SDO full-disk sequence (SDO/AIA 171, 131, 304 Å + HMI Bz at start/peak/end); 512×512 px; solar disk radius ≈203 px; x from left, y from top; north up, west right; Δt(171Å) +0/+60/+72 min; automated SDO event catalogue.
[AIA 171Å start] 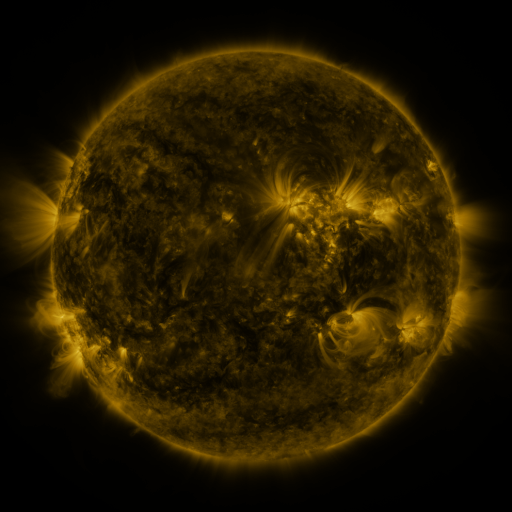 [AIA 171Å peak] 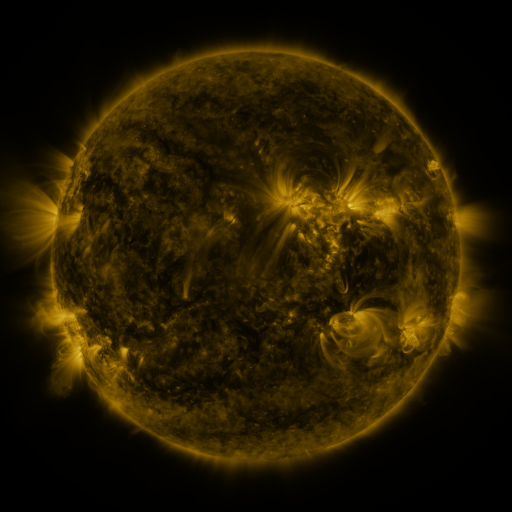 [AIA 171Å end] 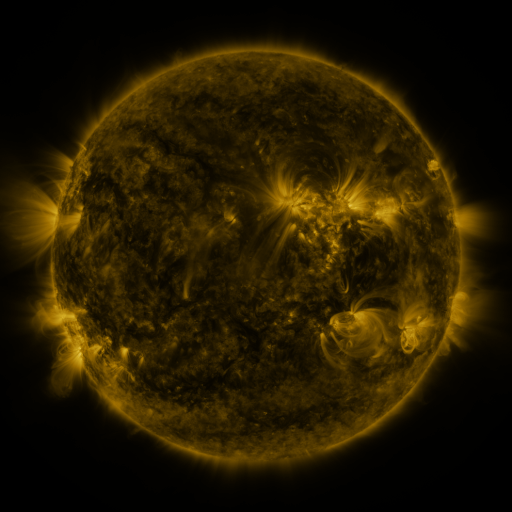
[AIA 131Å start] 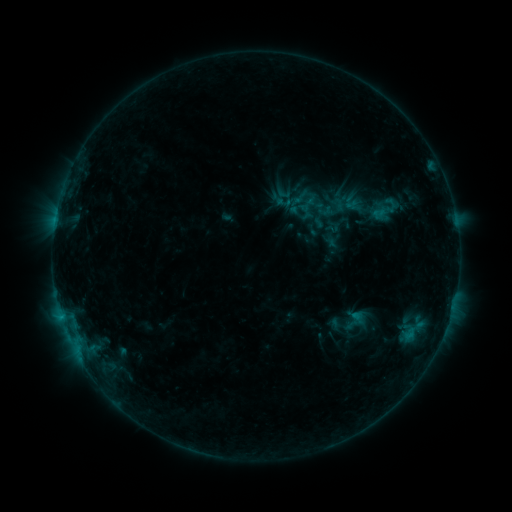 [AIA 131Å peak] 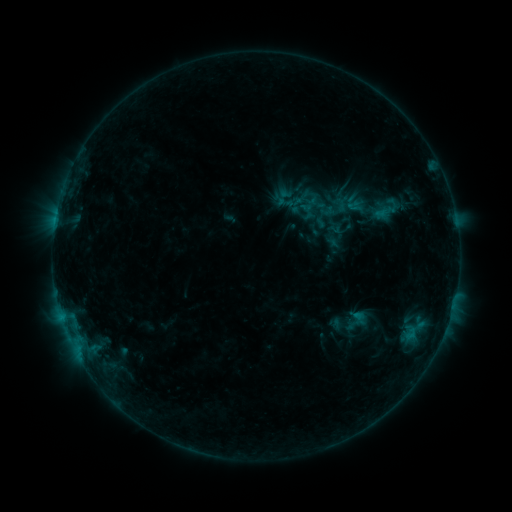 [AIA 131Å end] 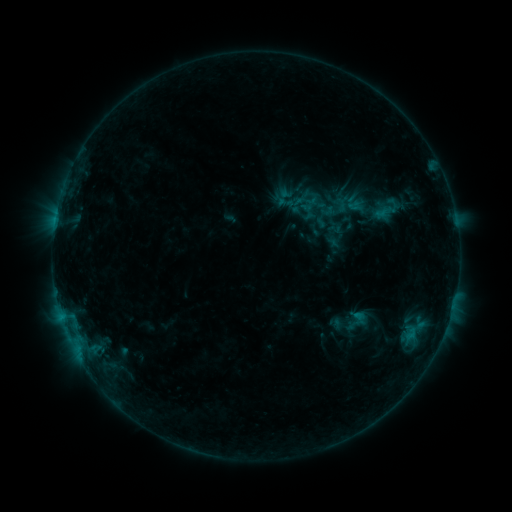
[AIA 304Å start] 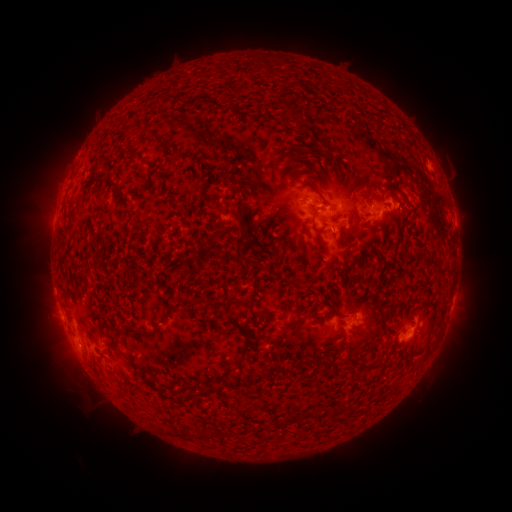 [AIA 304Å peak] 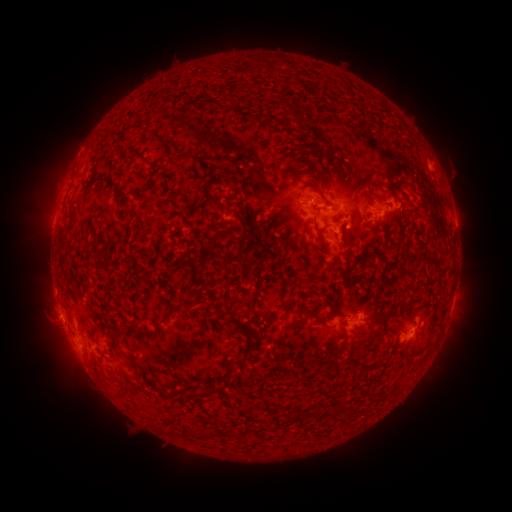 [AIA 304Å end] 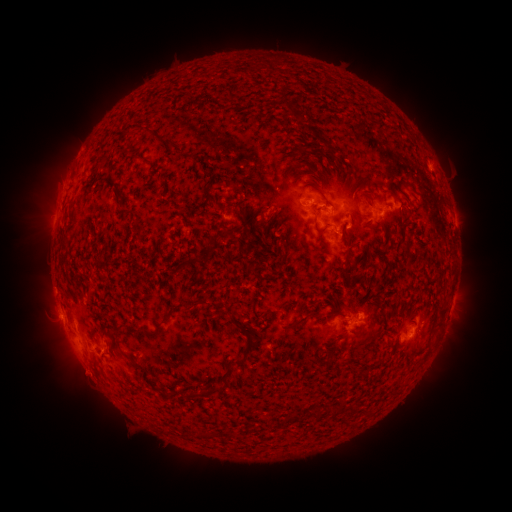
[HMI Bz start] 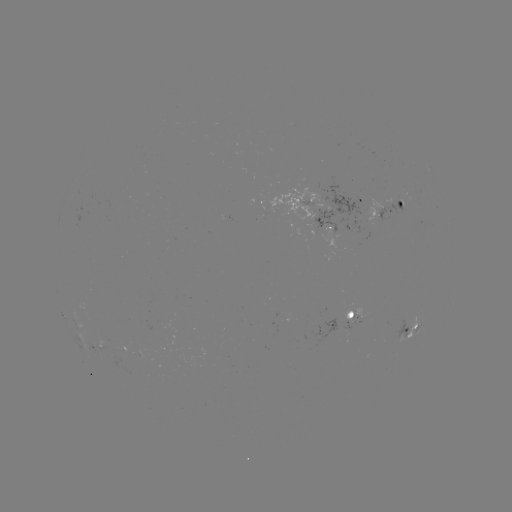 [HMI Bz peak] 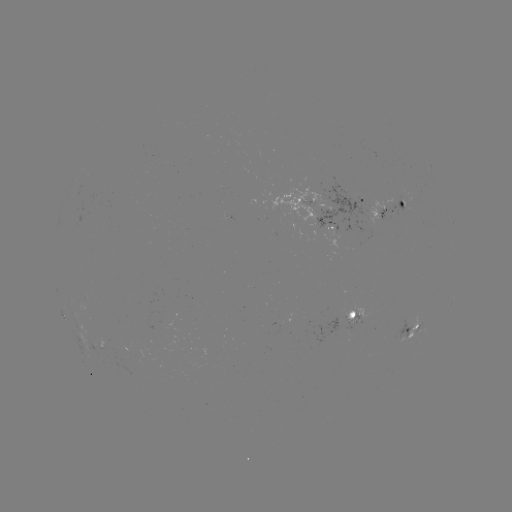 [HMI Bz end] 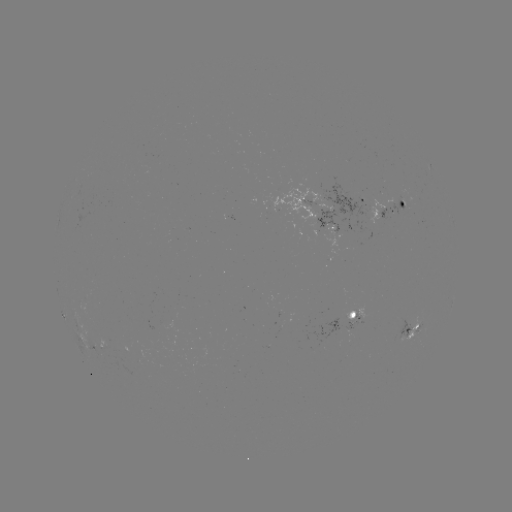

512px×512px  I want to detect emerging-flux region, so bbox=[375, 195, 412, 219].